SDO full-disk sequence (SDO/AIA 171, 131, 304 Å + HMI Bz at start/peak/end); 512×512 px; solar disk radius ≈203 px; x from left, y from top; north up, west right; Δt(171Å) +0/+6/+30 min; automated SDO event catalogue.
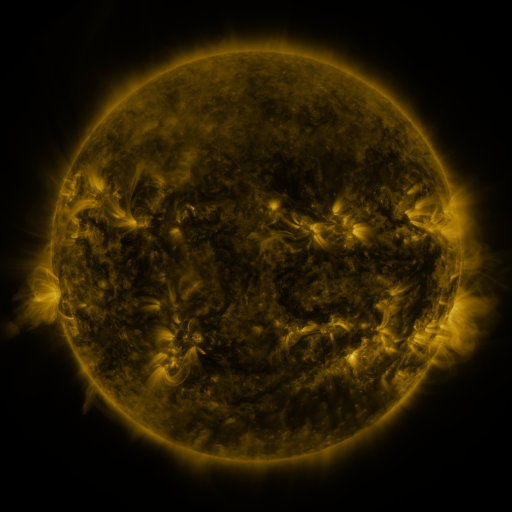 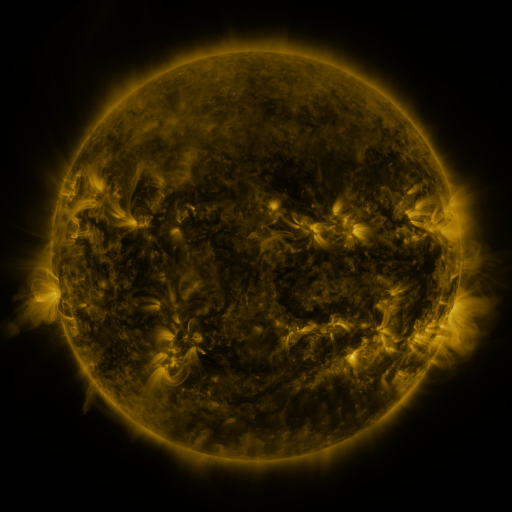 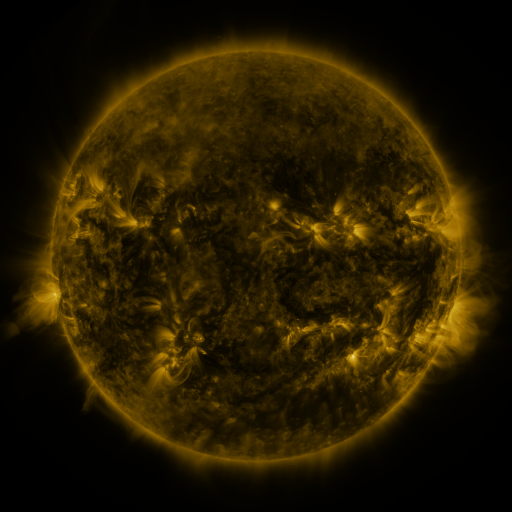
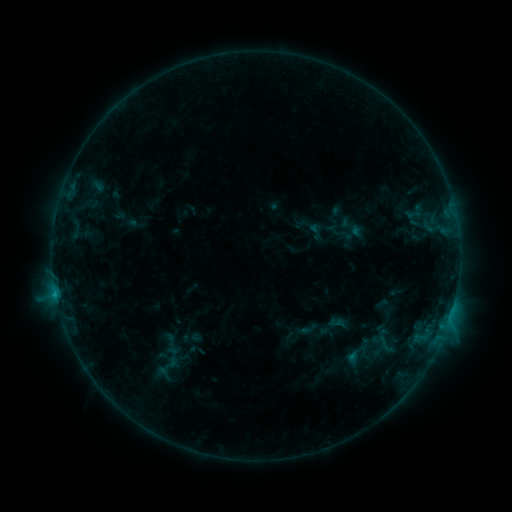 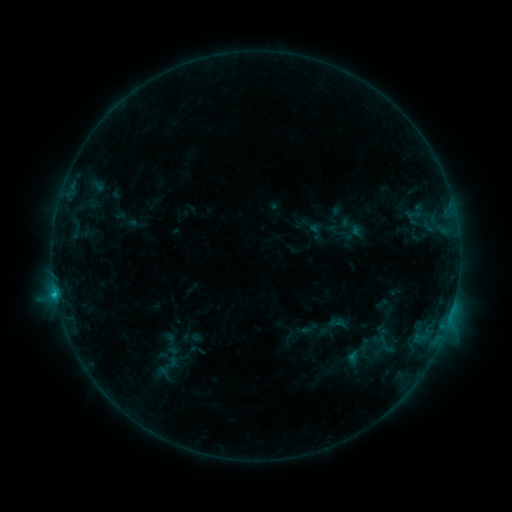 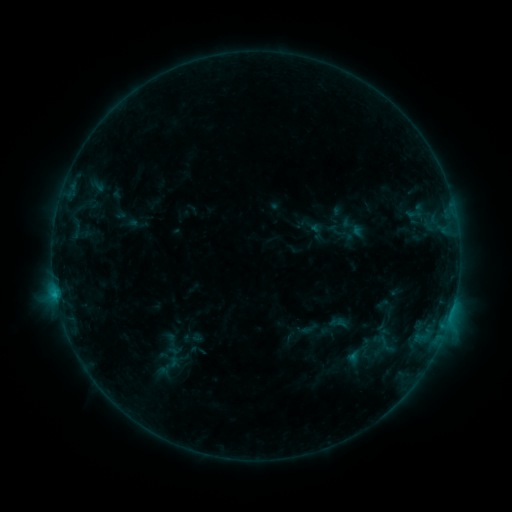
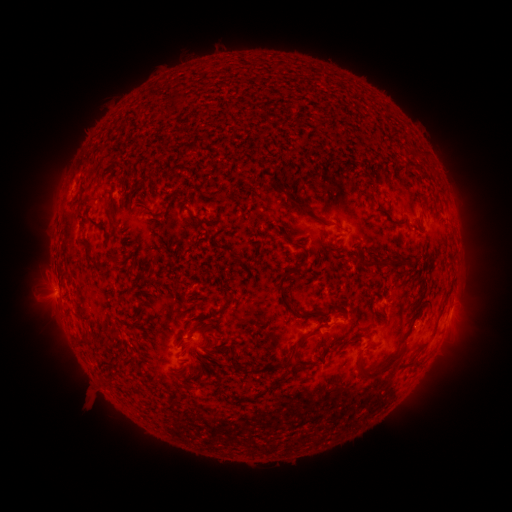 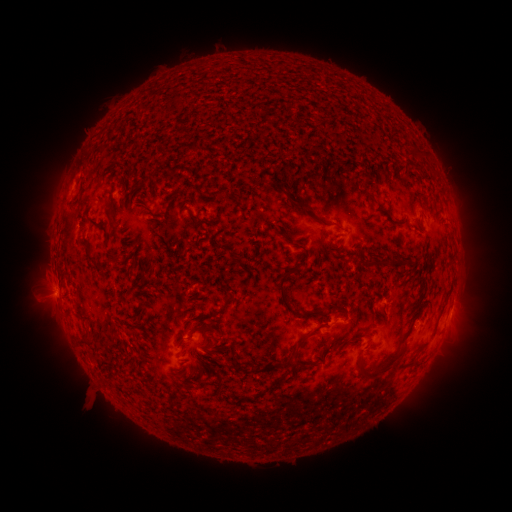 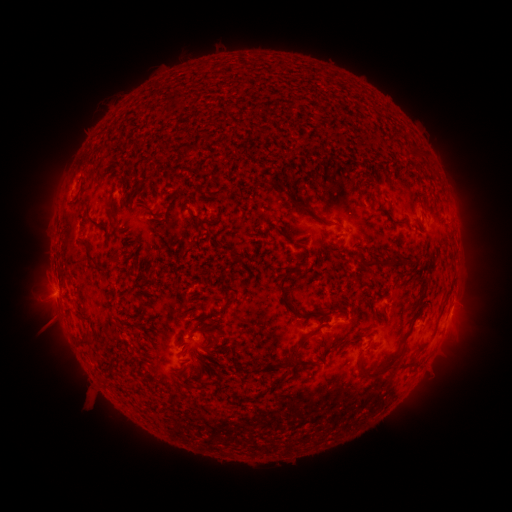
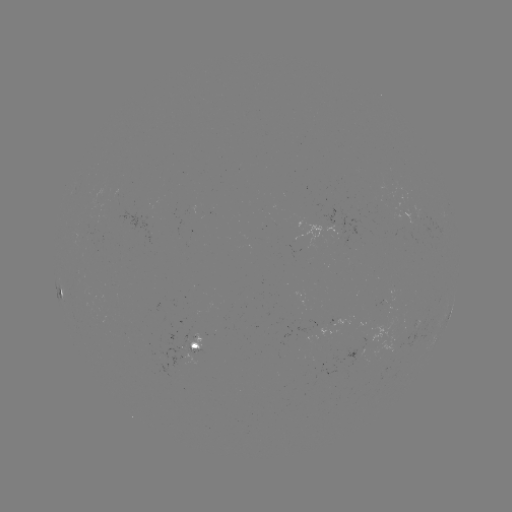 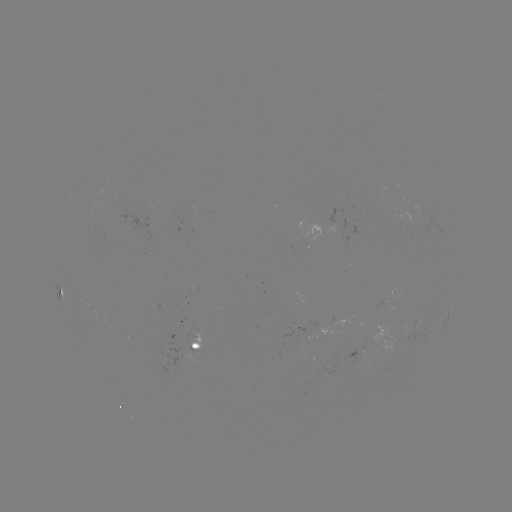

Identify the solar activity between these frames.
C2.5 flare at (56, 291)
